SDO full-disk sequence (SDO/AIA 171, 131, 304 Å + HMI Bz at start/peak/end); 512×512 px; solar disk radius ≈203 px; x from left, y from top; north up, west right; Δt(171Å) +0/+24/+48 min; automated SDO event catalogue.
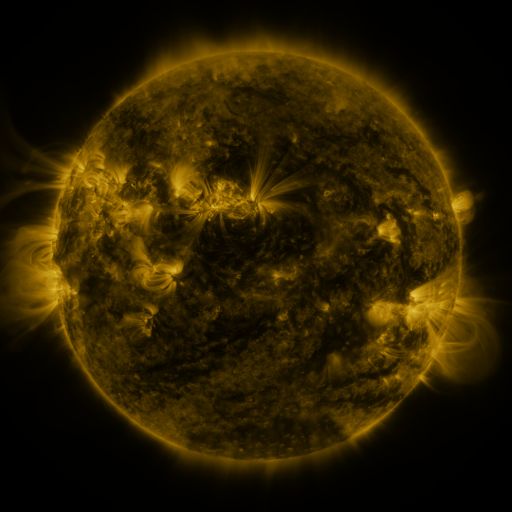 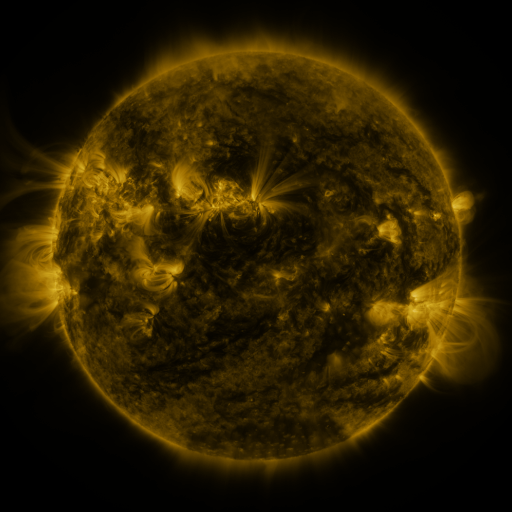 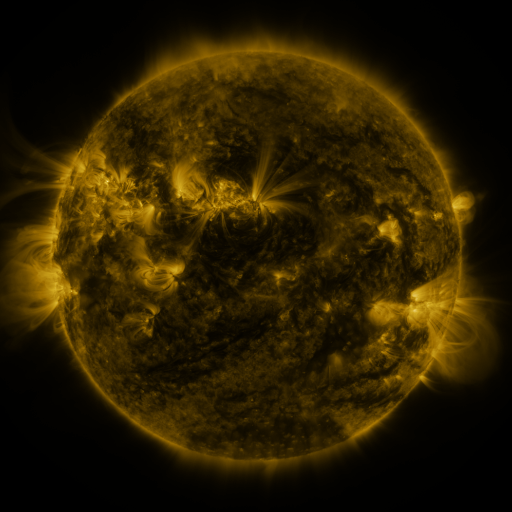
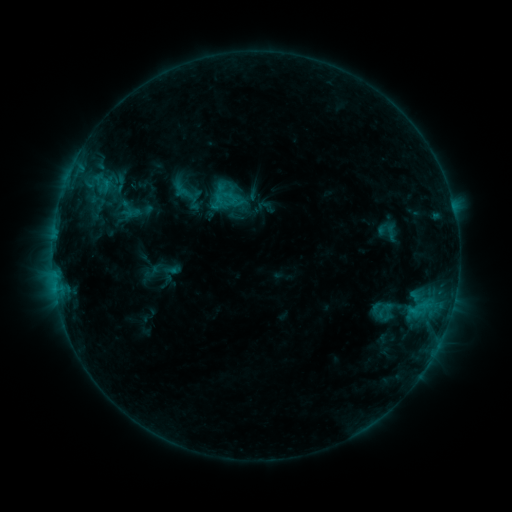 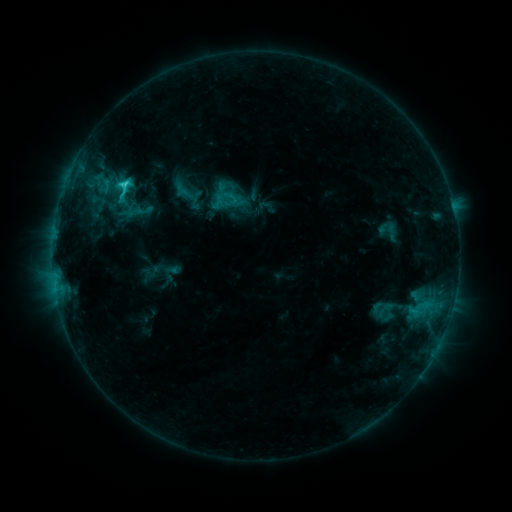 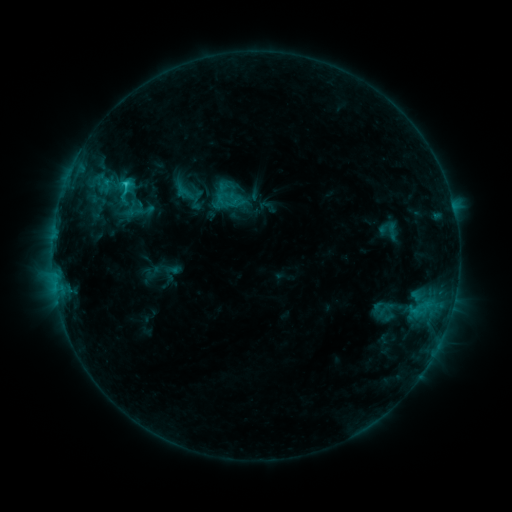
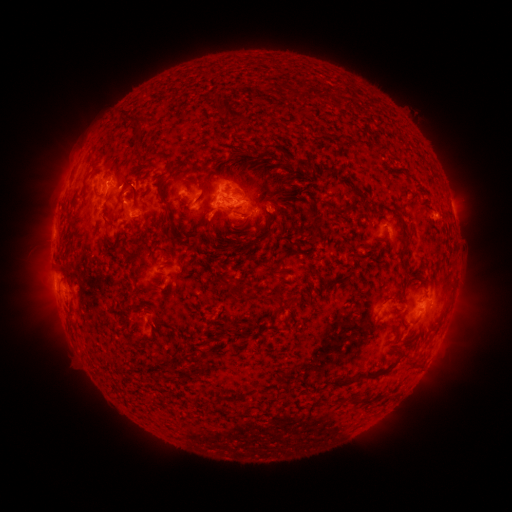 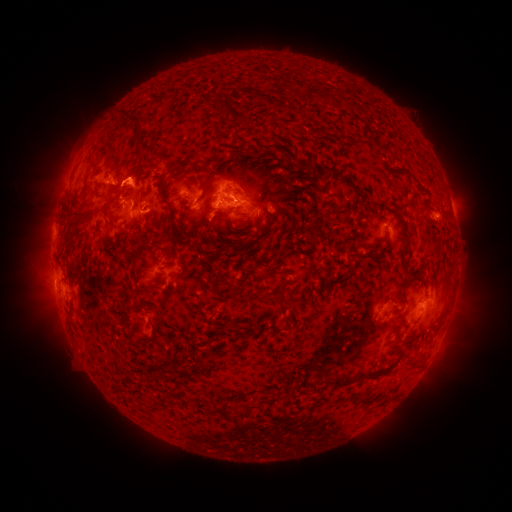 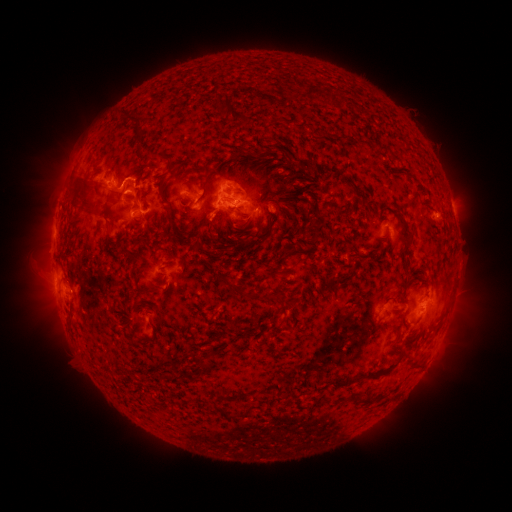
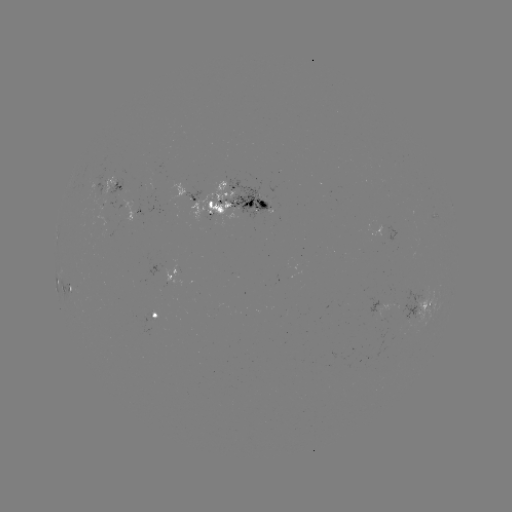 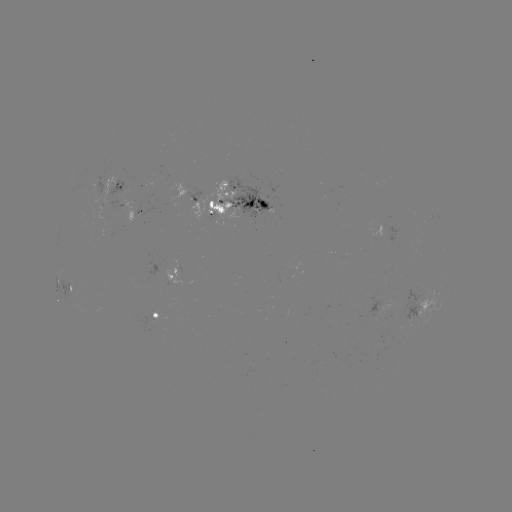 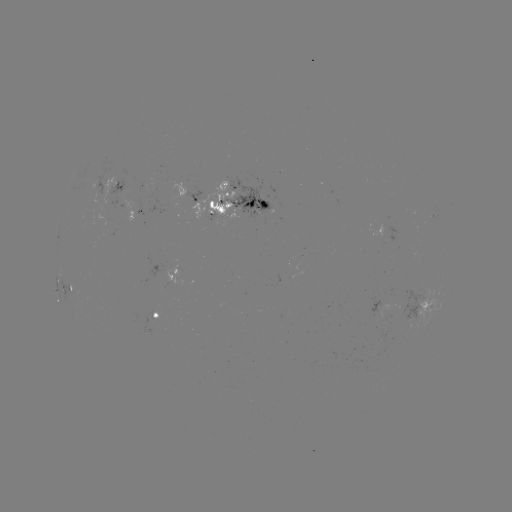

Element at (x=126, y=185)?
C2.5 flare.